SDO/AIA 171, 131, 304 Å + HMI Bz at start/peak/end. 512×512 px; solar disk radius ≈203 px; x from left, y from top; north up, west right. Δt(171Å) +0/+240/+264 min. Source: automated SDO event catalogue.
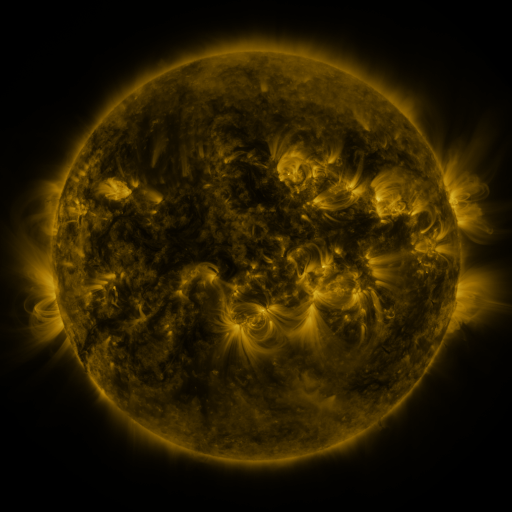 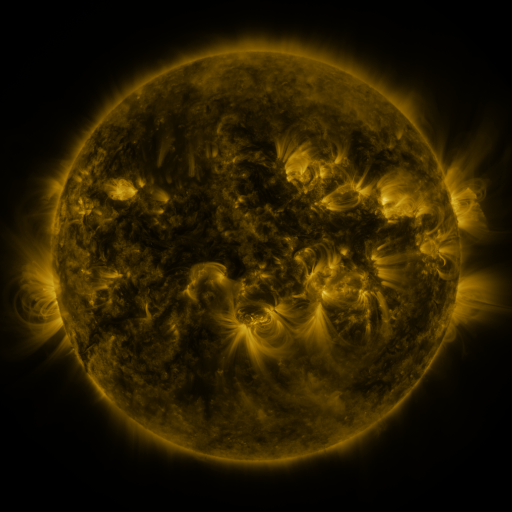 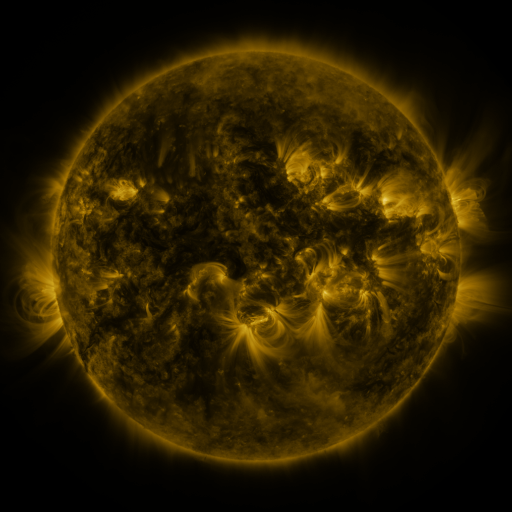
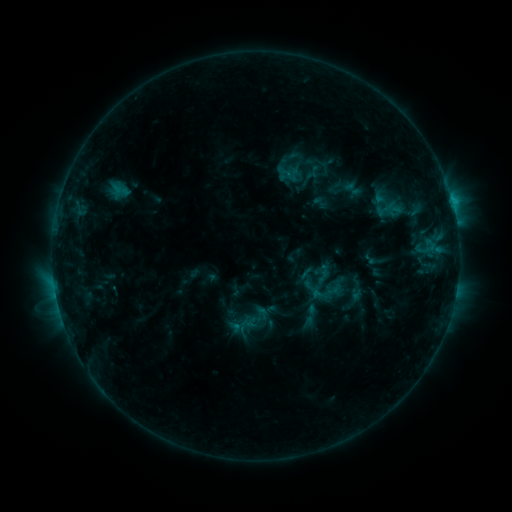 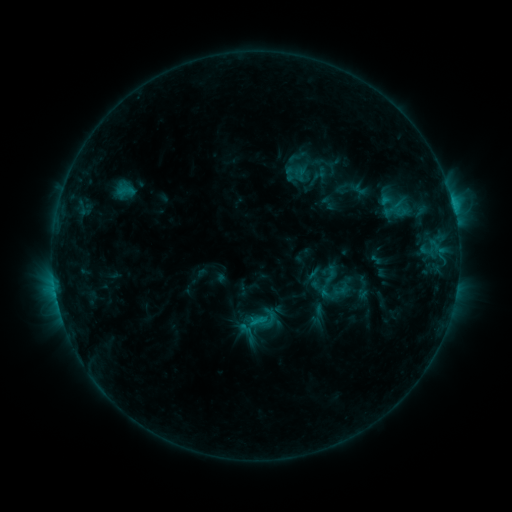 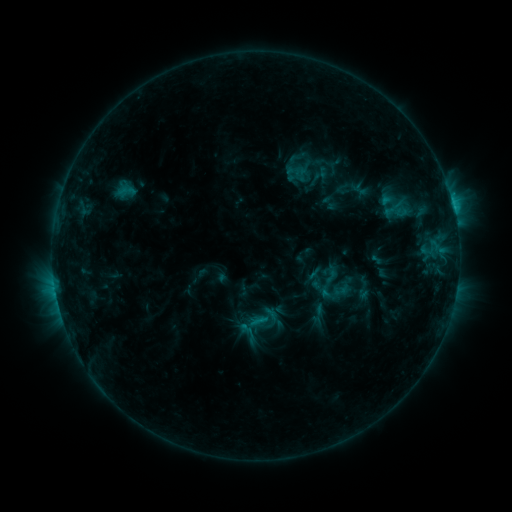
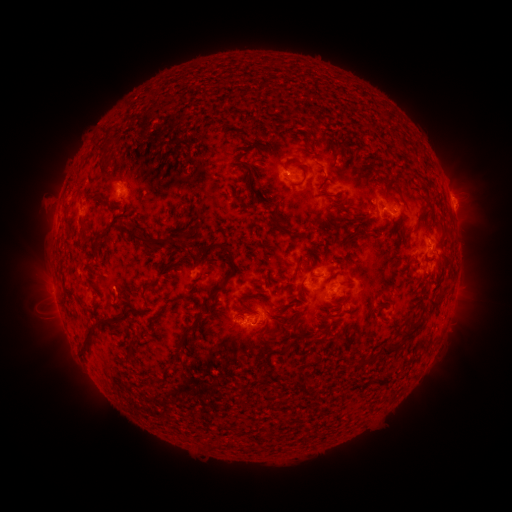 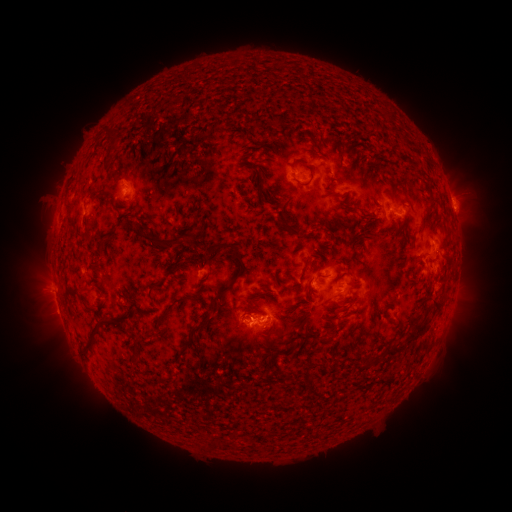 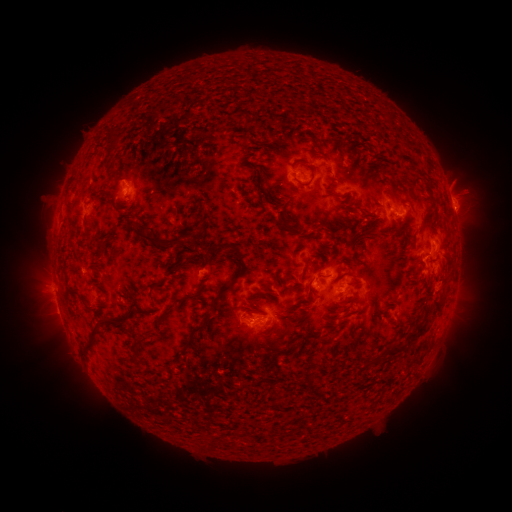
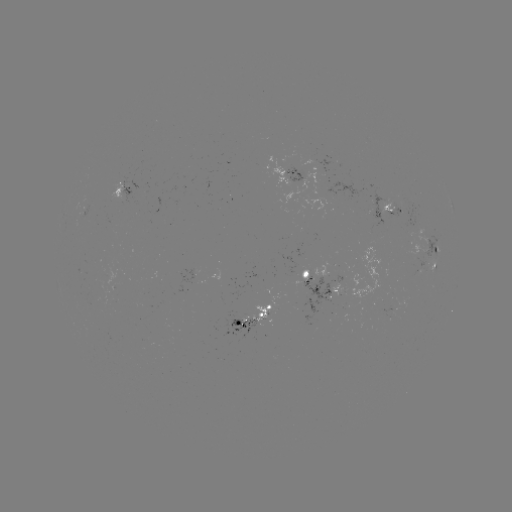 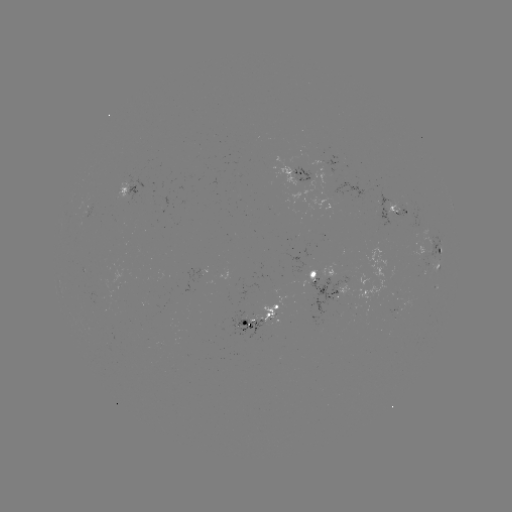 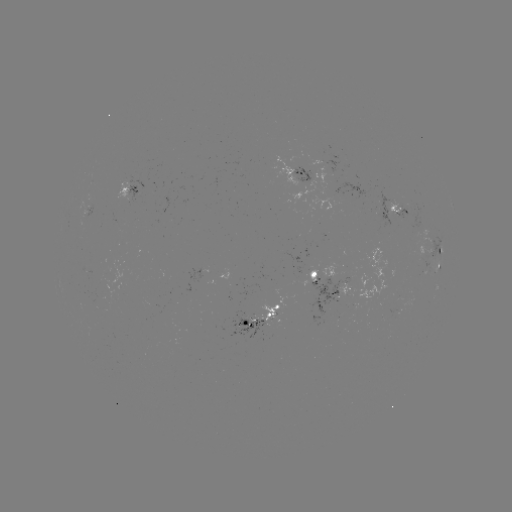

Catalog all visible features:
emerging-flux region: (298, 175)
